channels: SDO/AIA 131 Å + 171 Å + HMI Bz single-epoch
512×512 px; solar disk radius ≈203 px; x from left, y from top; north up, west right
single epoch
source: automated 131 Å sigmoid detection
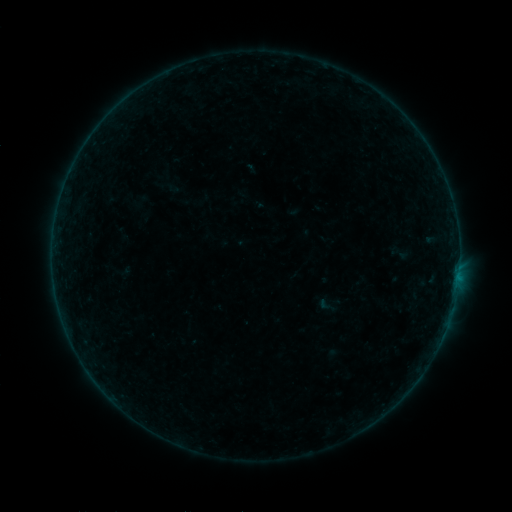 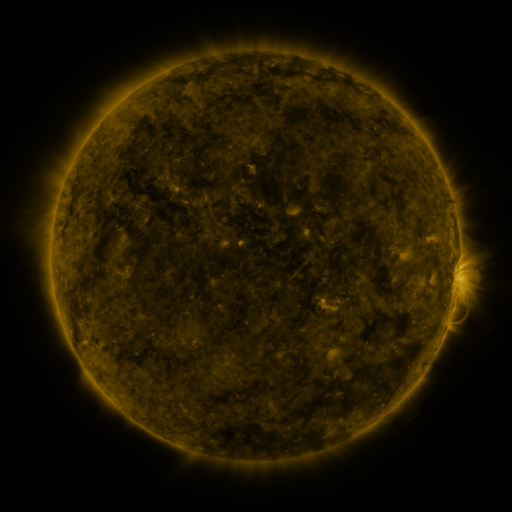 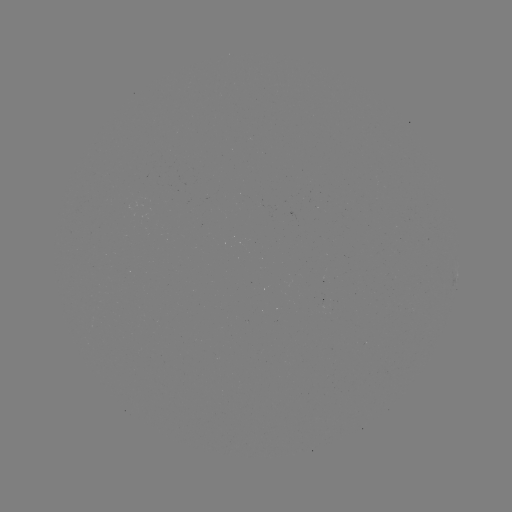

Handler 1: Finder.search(sigmoid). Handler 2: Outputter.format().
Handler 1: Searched sigmoid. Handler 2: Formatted [326, 305].